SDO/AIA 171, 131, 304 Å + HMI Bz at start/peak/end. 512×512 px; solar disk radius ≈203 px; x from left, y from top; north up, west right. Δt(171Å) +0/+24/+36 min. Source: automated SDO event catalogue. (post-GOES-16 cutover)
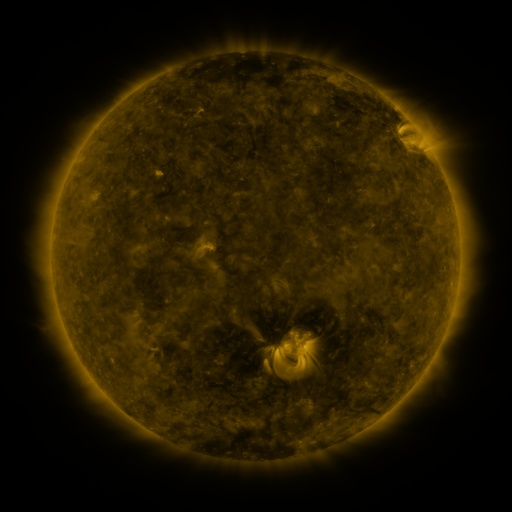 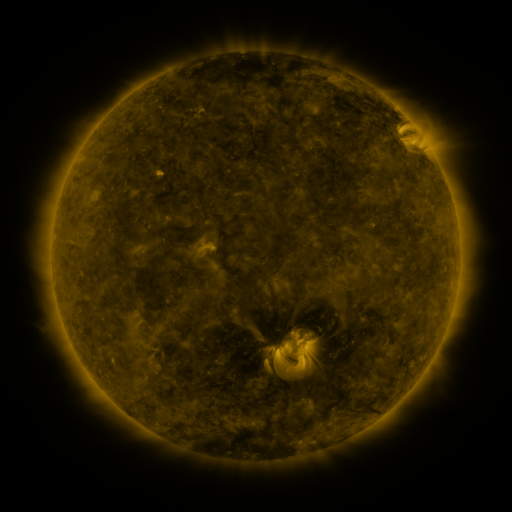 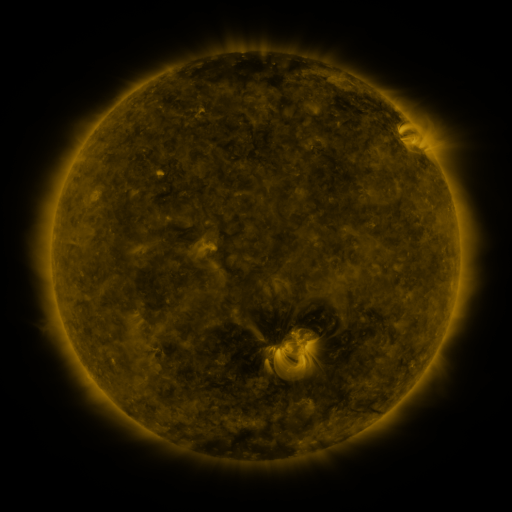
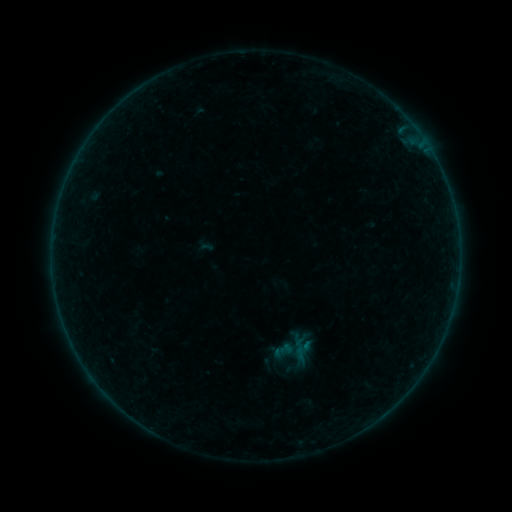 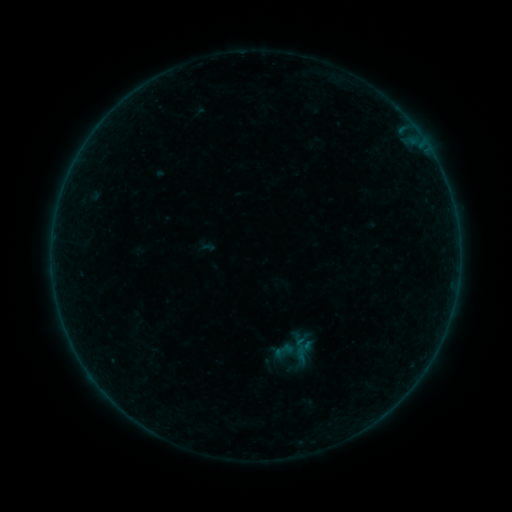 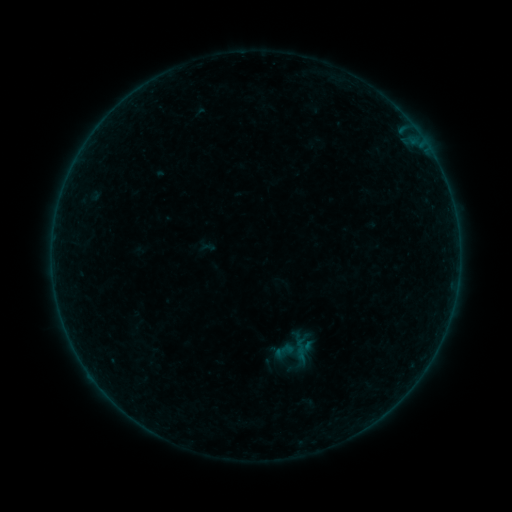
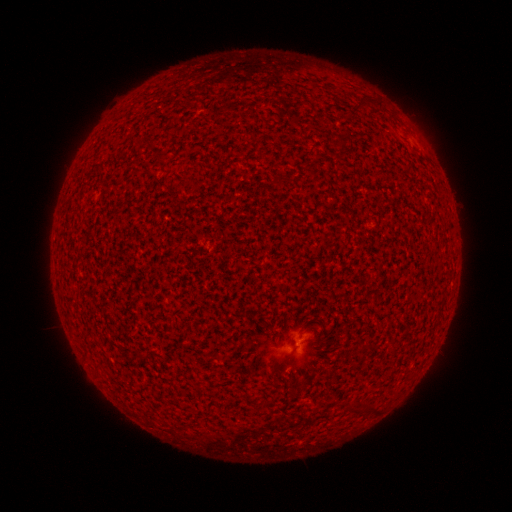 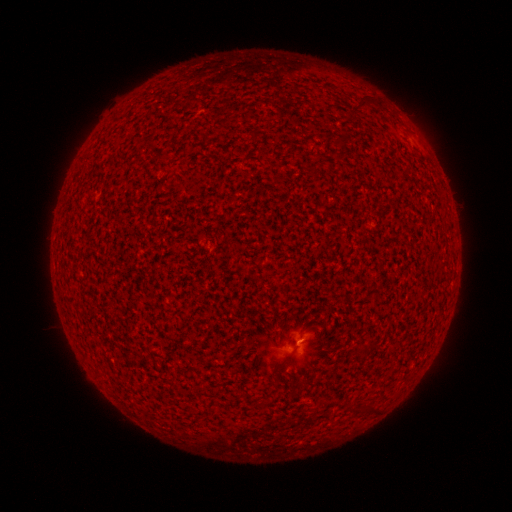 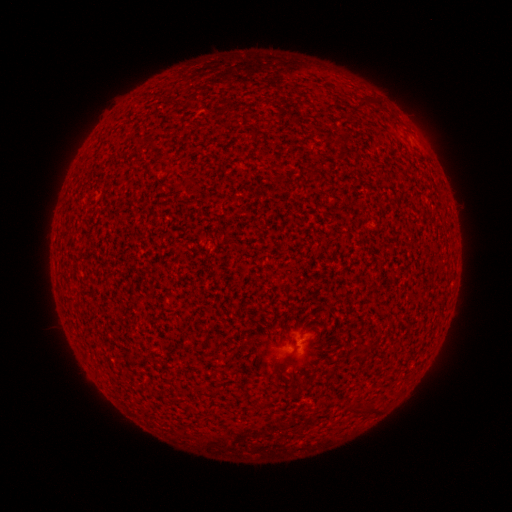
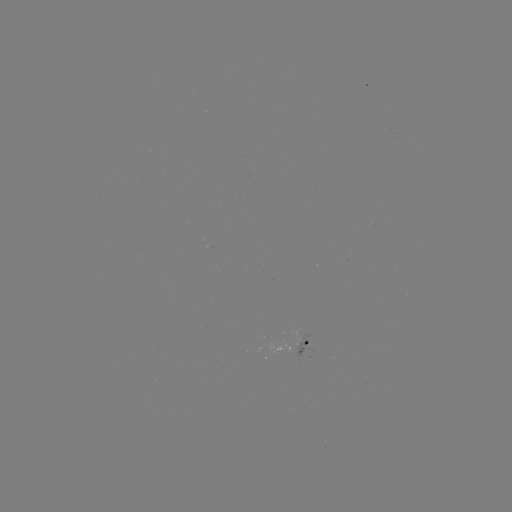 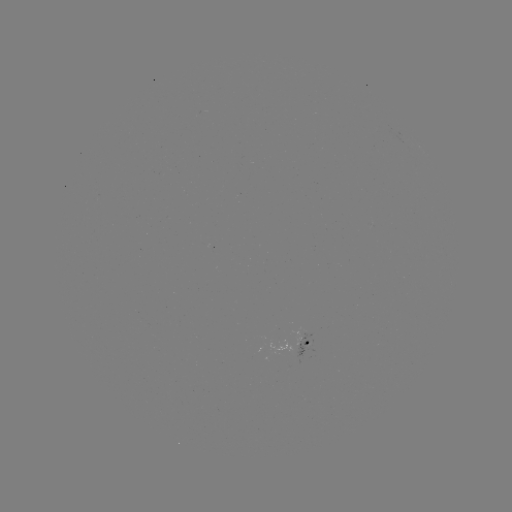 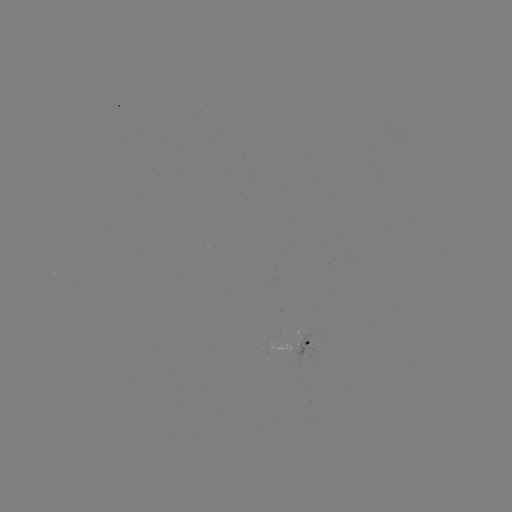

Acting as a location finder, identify A4.9 flare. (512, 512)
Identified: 297,340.